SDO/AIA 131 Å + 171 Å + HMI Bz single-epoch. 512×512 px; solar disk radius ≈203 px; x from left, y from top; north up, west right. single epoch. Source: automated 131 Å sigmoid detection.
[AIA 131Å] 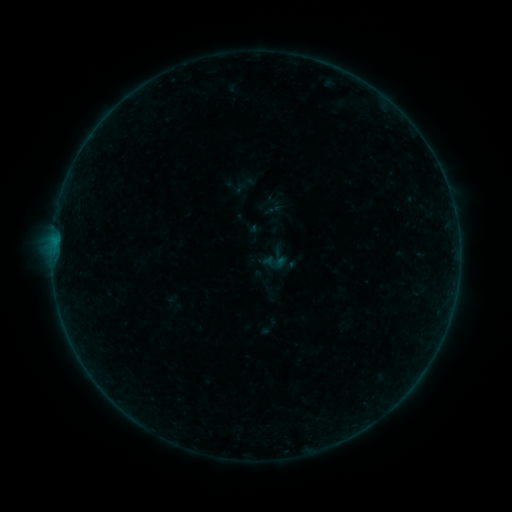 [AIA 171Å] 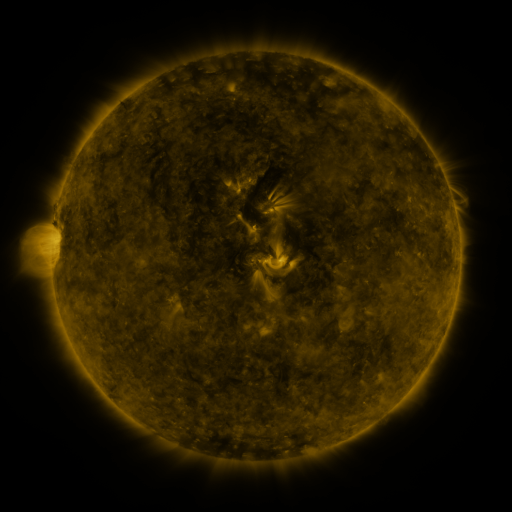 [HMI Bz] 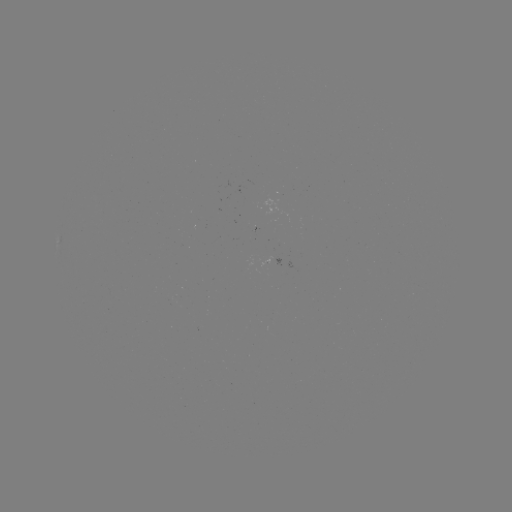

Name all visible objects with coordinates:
sigmoid: (275, 262)
